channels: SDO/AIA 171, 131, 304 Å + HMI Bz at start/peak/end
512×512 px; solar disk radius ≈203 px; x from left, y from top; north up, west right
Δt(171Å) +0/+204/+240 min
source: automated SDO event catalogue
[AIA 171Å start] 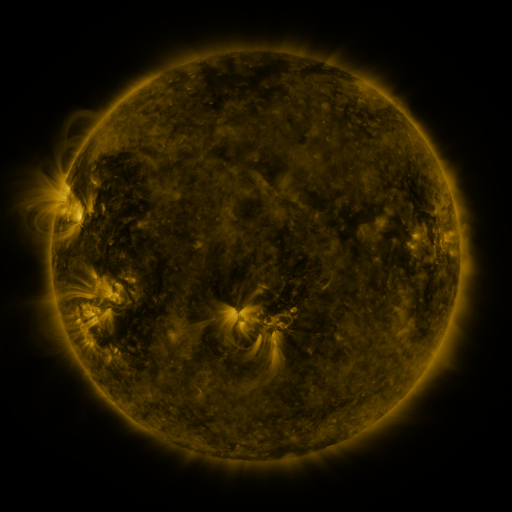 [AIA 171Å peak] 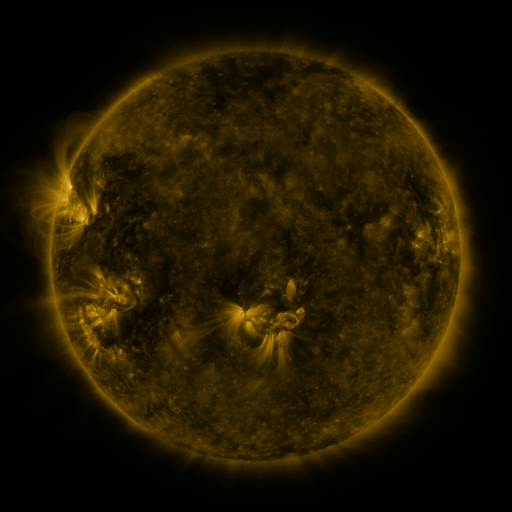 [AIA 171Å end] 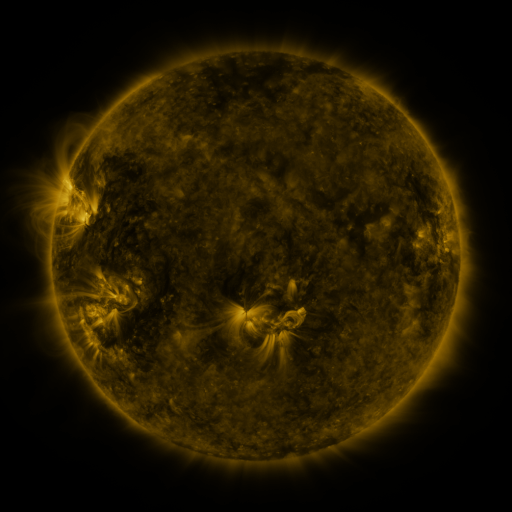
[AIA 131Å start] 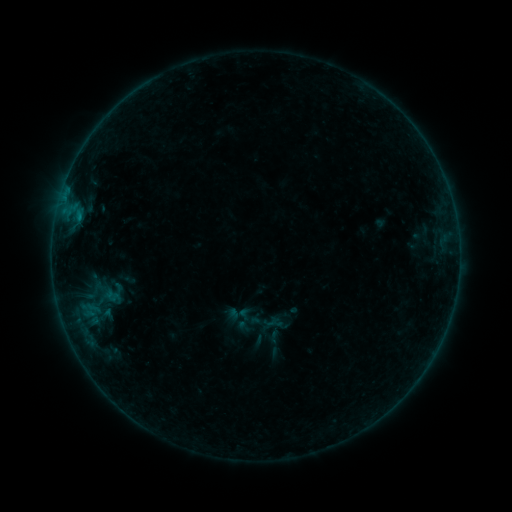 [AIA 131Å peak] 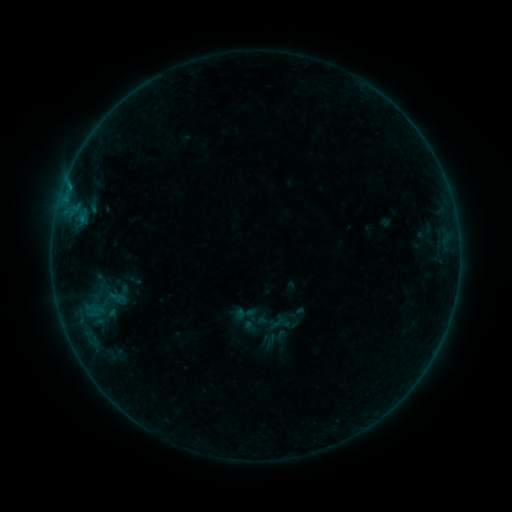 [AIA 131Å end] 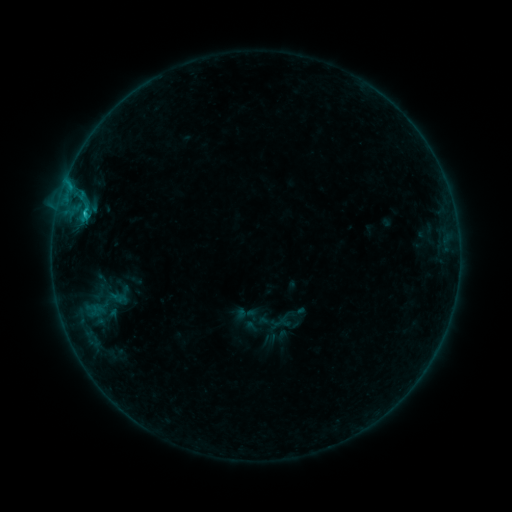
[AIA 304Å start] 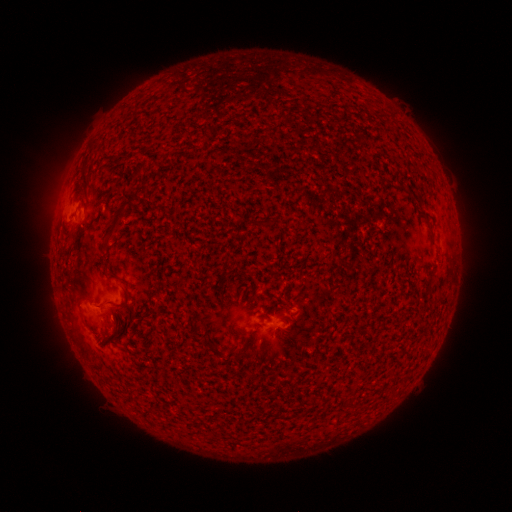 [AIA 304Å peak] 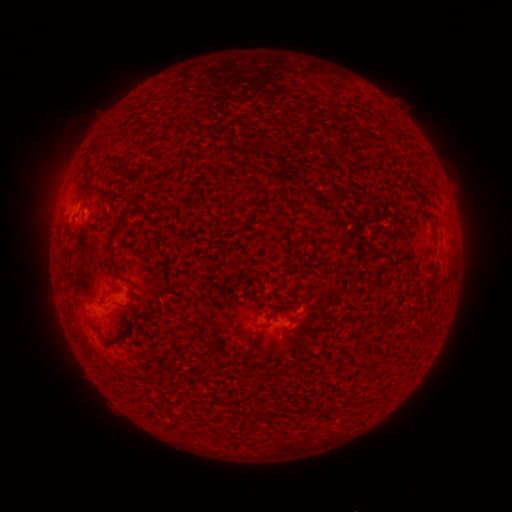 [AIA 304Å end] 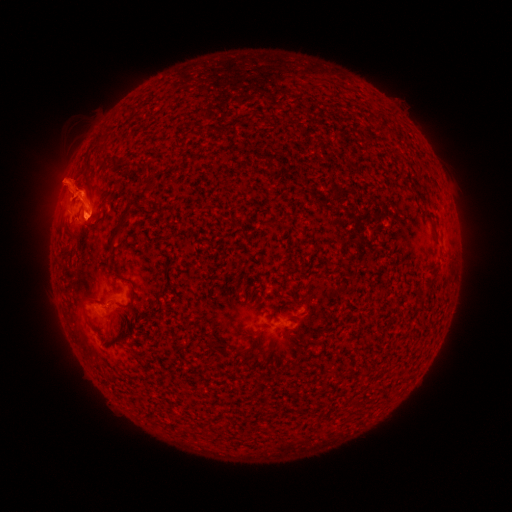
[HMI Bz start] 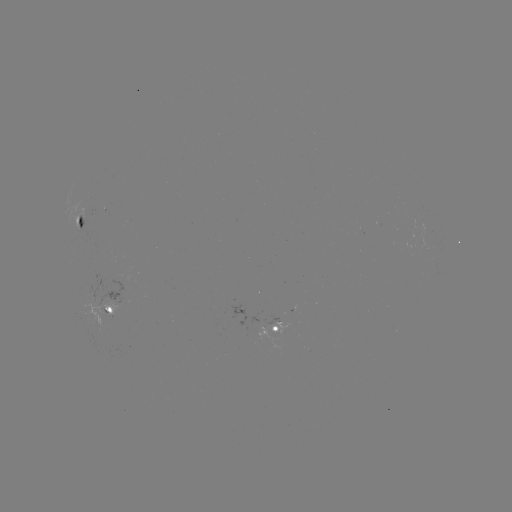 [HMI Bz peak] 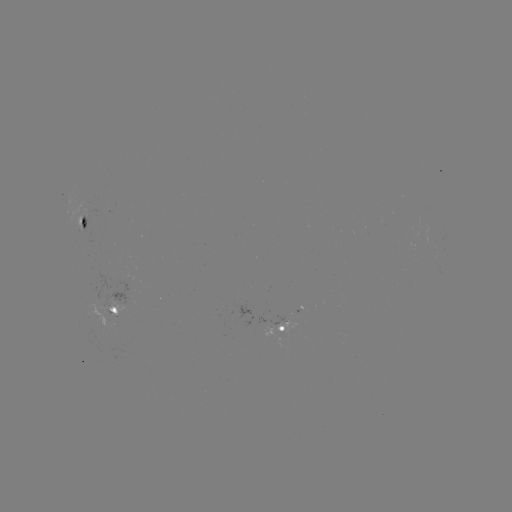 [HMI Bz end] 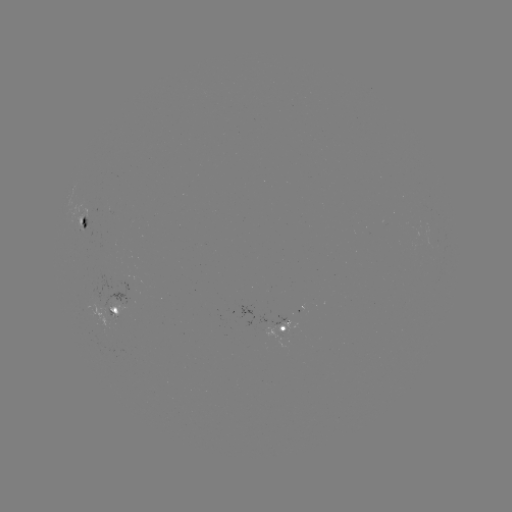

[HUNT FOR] emerging-flux region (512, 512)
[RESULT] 88,212